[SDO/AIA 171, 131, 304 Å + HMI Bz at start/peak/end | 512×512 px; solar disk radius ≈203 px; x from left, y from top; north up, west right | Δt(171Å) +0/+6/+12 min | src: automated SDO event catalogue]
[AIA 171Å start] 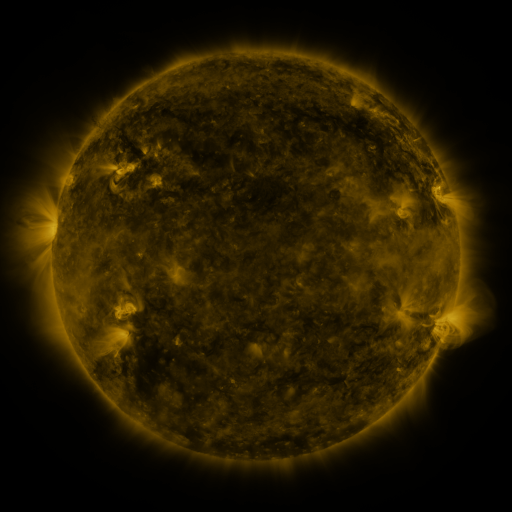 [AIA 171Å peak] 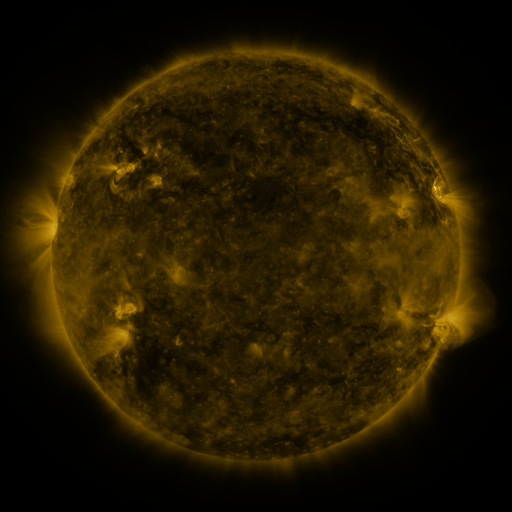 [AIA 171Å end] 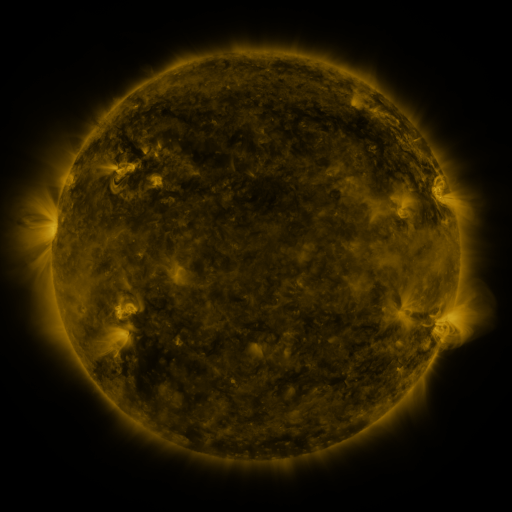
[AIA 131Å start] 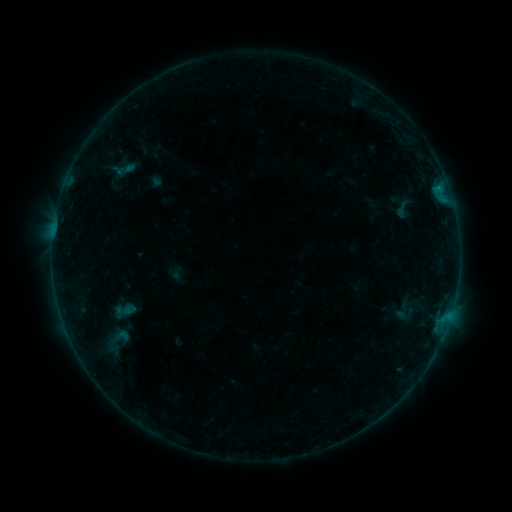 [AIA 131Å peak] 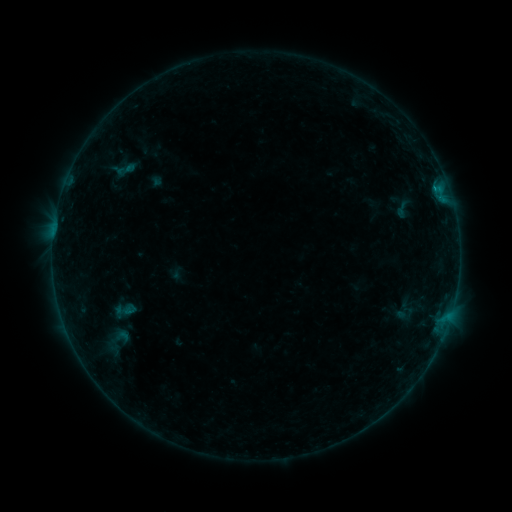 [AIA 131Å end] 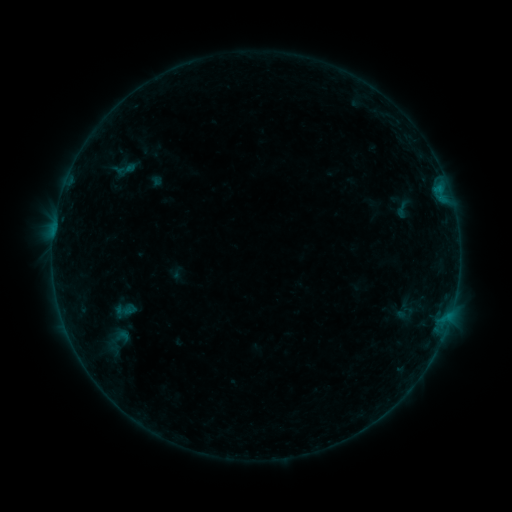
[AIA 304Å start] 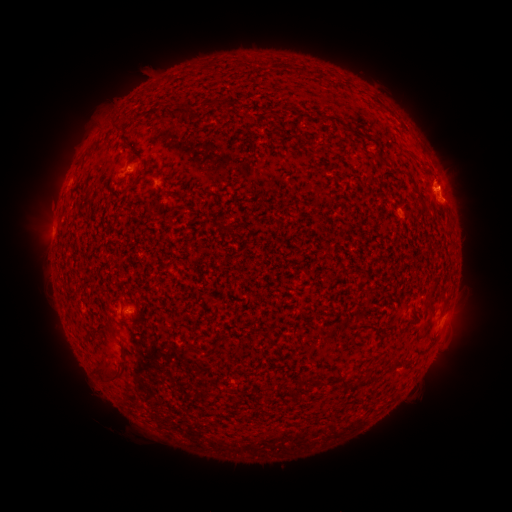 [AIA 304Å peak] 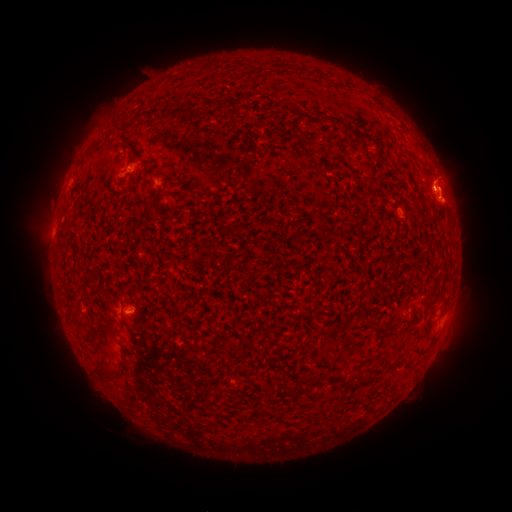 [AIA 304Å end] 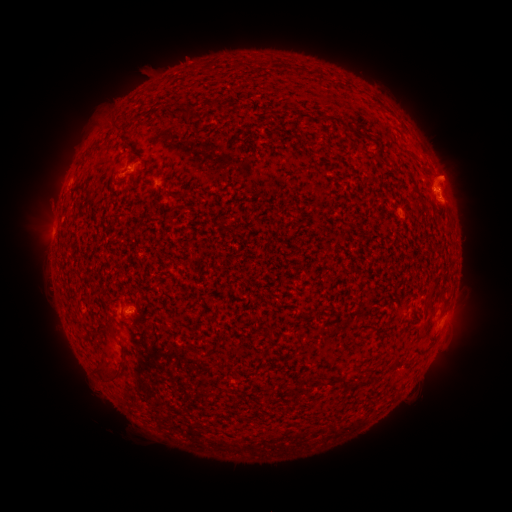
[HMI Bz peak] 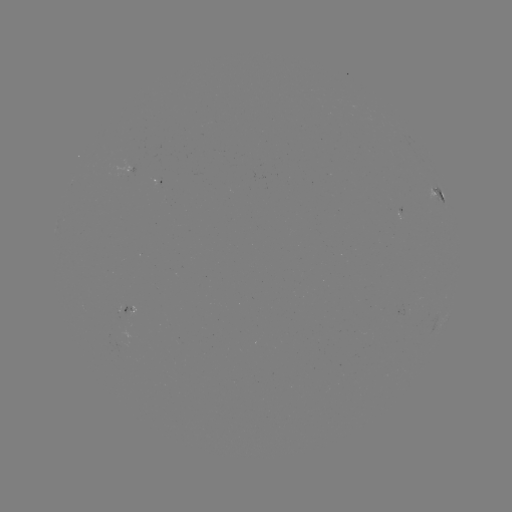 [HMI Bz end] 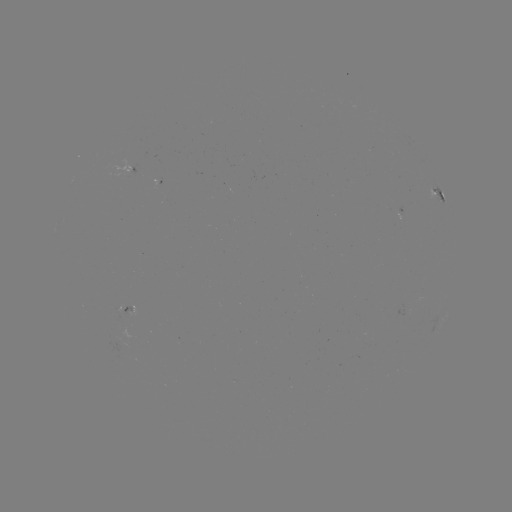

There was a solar eruption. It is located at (449, 170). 